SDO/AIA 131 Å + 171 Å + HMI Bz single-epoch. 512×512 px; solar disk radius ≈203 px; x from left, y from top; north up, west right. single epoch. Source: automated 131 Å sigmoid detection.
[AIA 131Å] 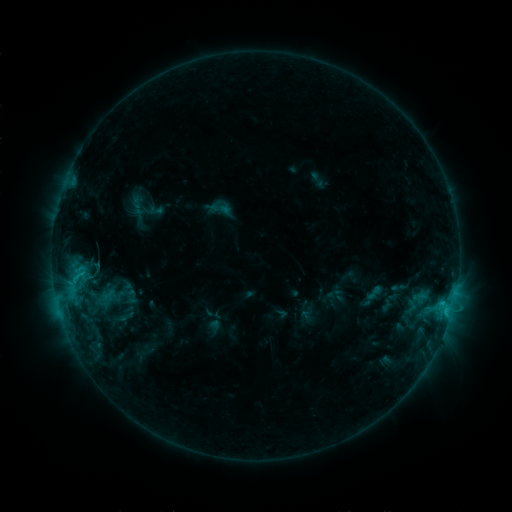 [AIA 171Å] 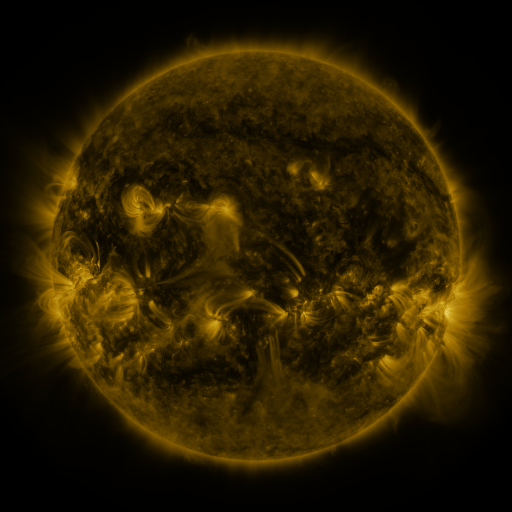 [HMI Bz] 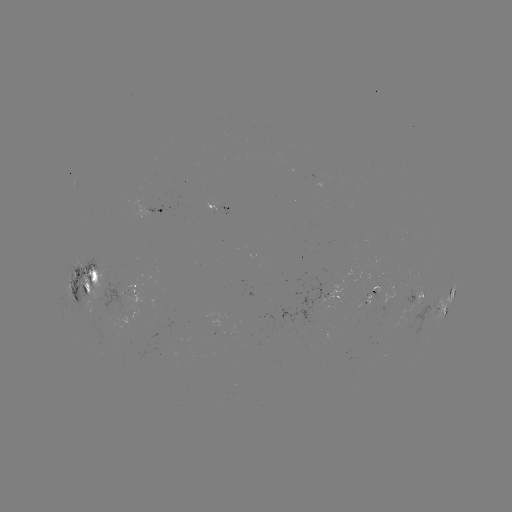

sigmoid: (210, 197, 233, 220)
